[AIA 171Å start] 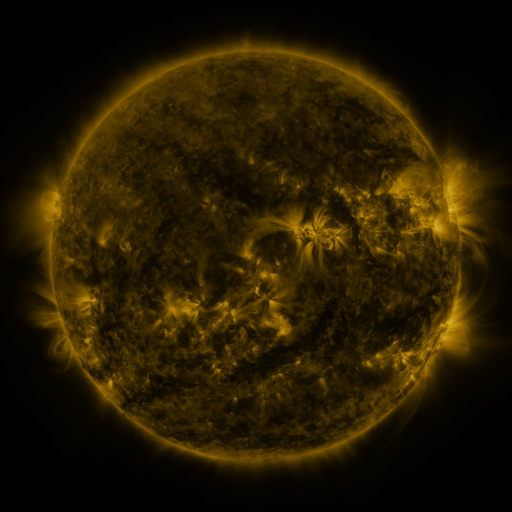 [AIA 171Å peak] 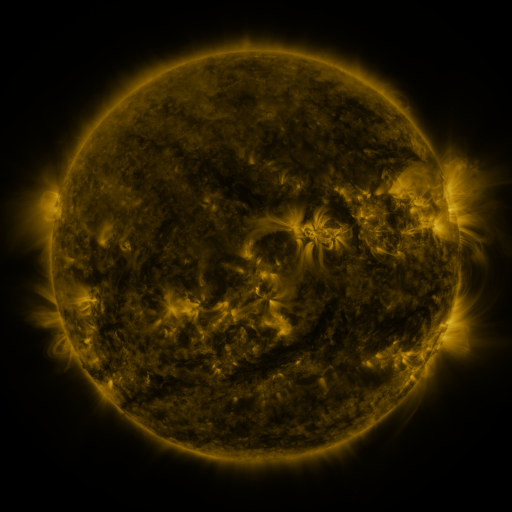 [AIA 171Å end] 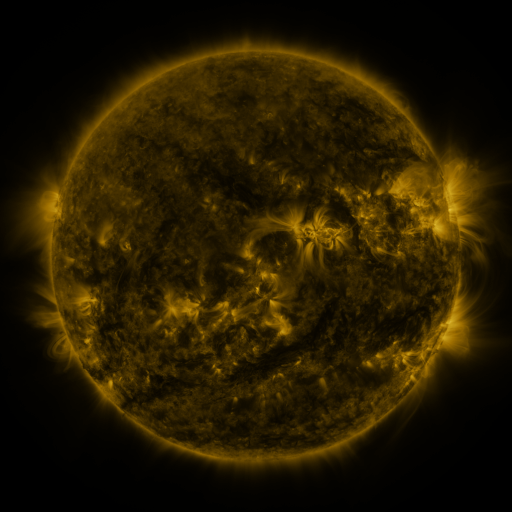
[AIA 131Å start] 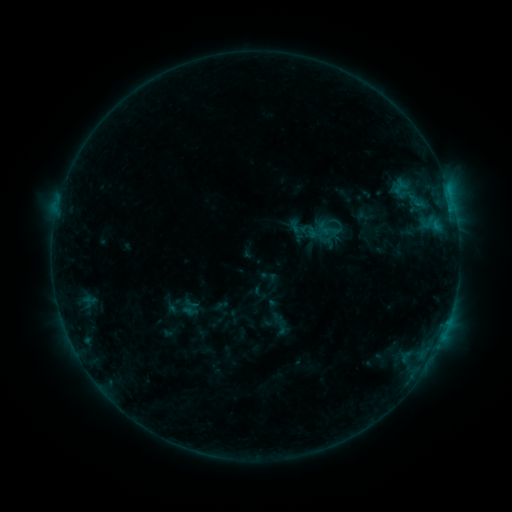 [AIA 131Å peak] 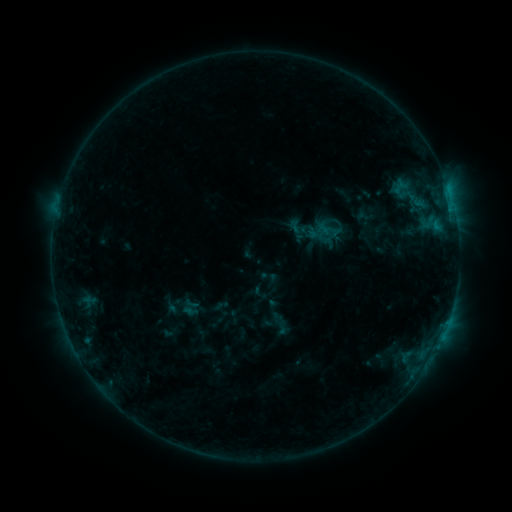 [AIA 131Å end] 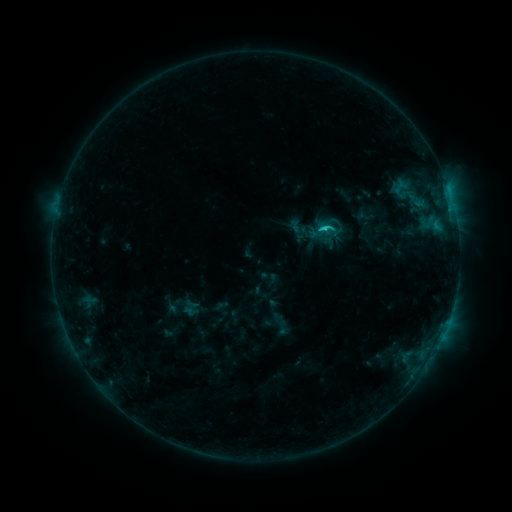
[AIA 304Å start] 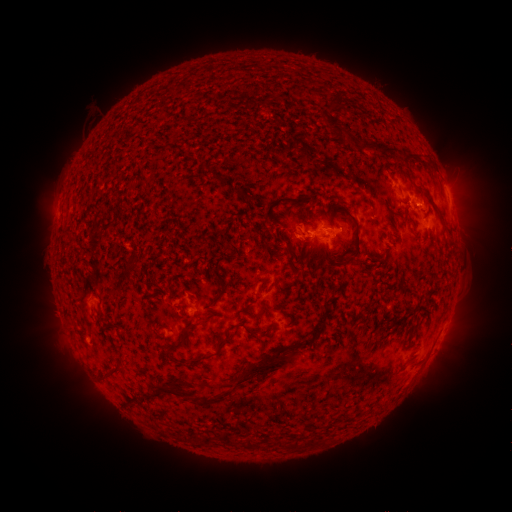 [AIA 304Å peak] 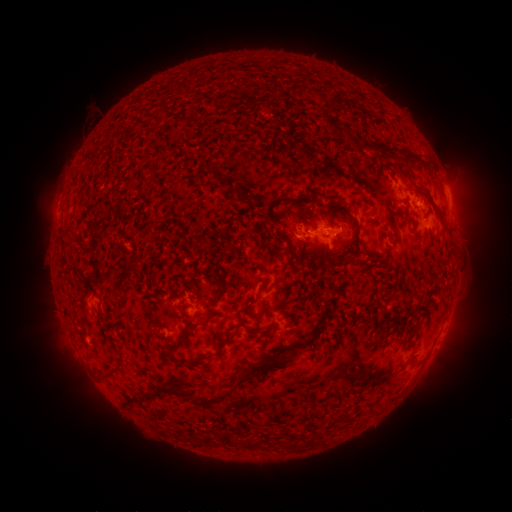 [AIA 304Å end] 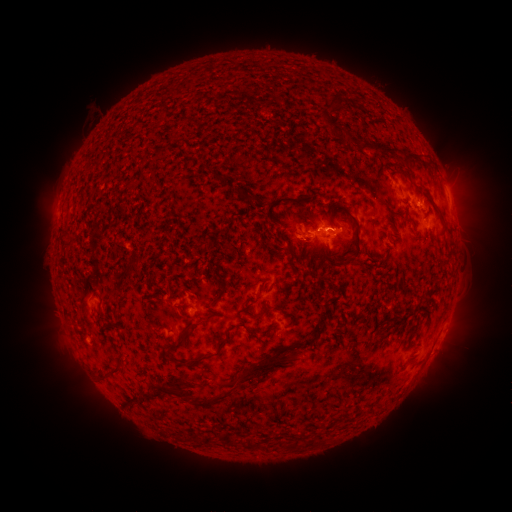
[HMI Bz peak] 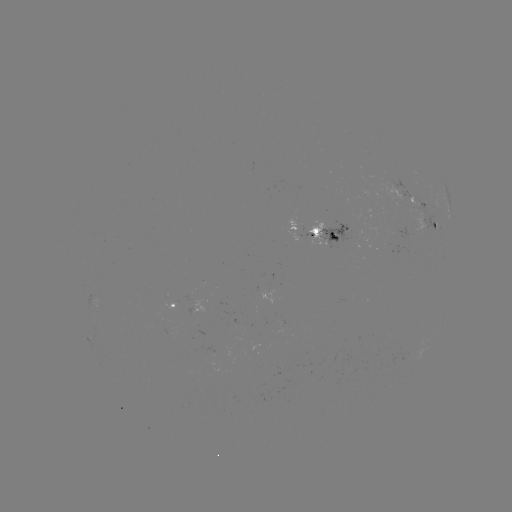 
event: flare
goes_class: C1.2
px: (449, 193)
